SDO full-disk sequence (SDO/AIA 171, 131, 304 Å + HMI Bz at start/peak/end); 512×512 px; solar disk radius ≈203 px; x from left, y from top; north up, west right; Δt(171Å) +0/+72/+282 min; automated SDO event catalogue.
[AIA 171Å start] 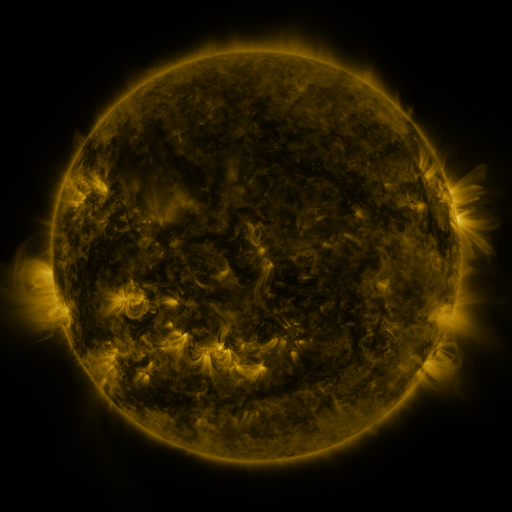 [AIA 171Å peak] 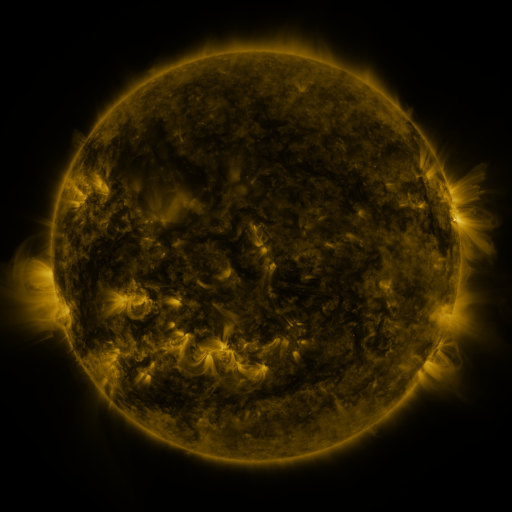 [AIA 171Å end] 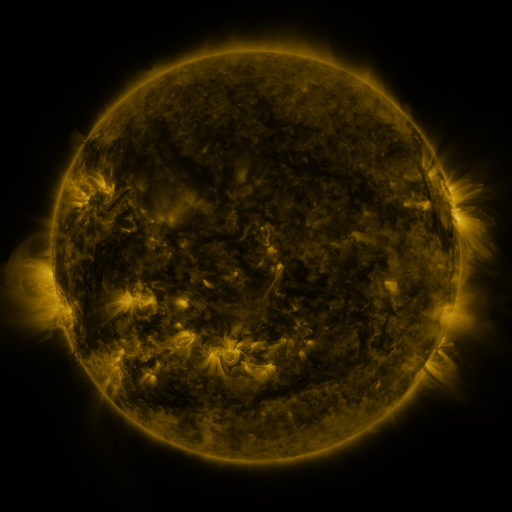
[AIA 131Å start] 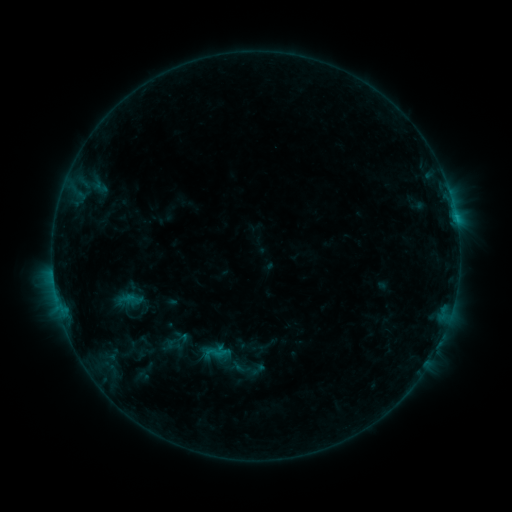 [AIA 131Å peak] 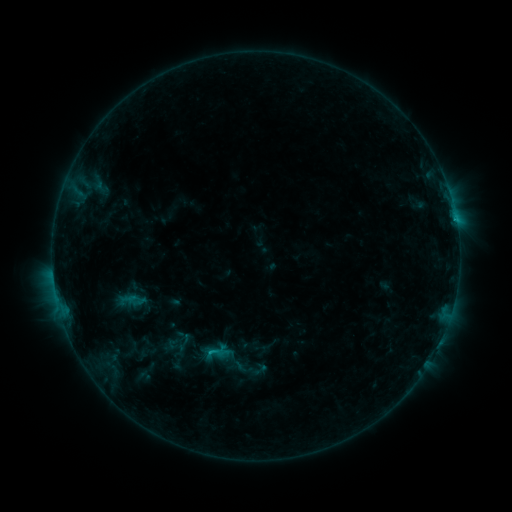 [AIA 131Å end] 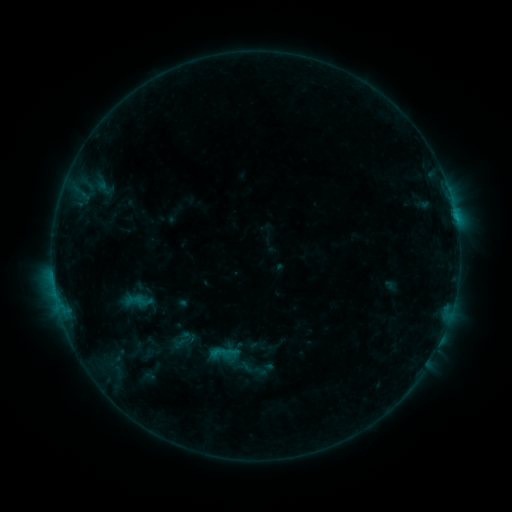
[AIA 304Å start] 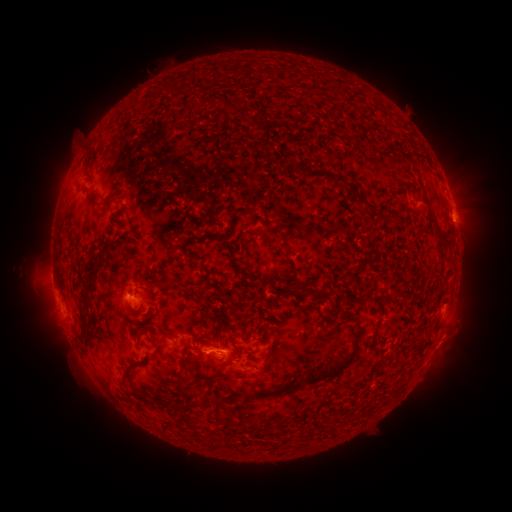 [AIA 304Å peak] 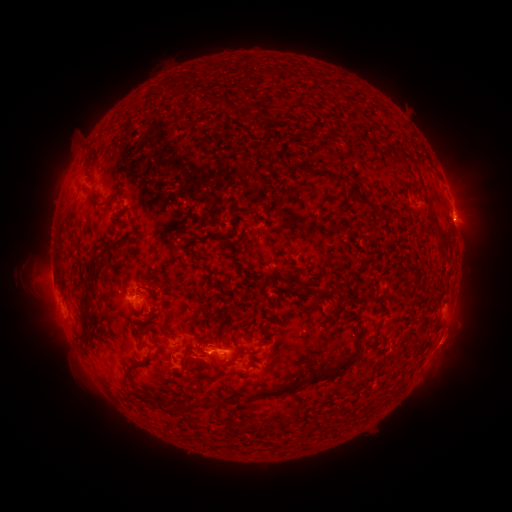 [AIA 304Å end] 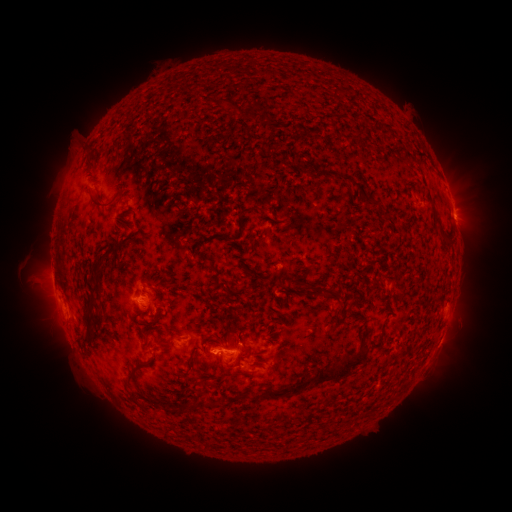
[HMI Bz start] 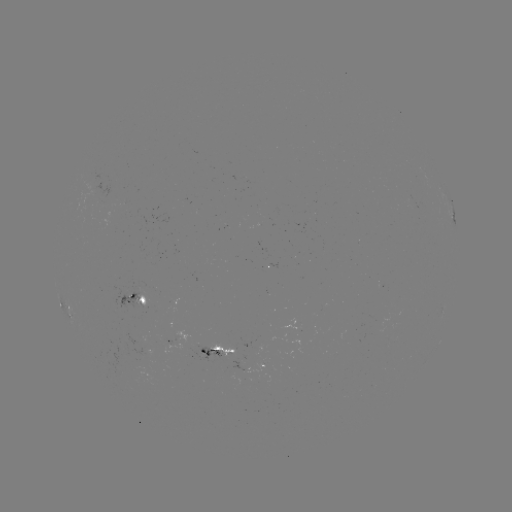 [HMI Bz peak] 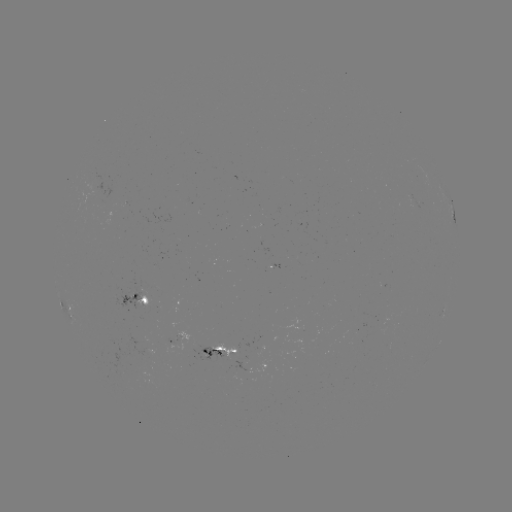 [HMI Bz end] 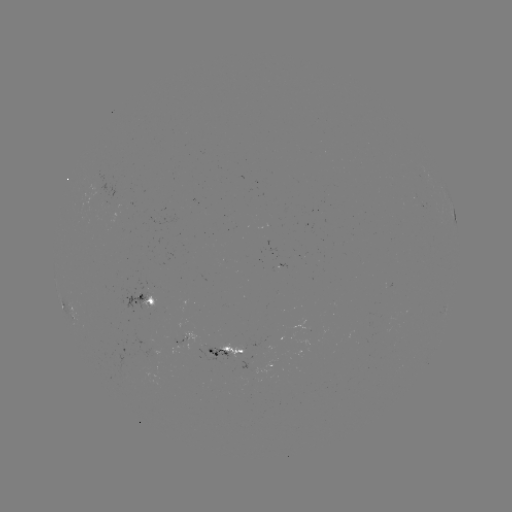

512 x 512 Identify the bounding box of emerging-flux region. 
[96, 199, 105, 210].